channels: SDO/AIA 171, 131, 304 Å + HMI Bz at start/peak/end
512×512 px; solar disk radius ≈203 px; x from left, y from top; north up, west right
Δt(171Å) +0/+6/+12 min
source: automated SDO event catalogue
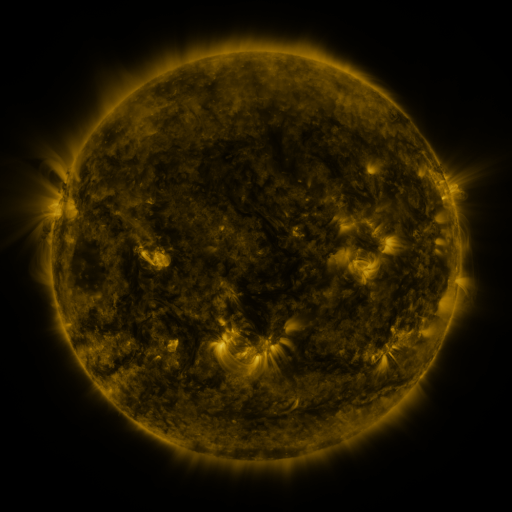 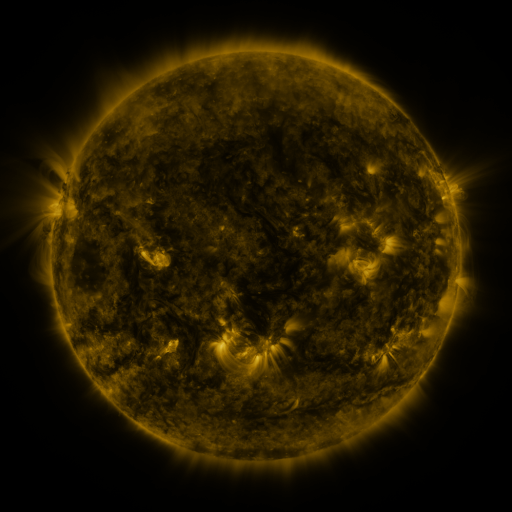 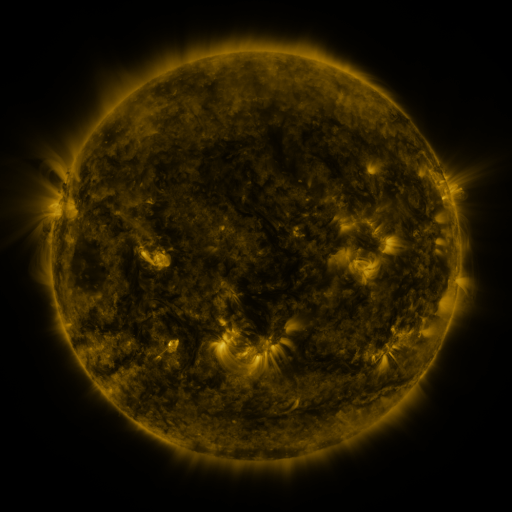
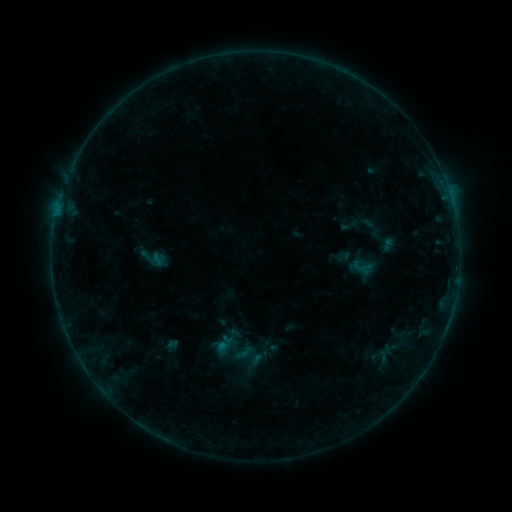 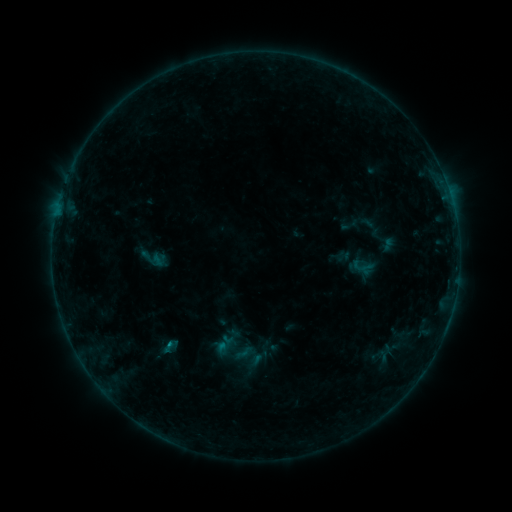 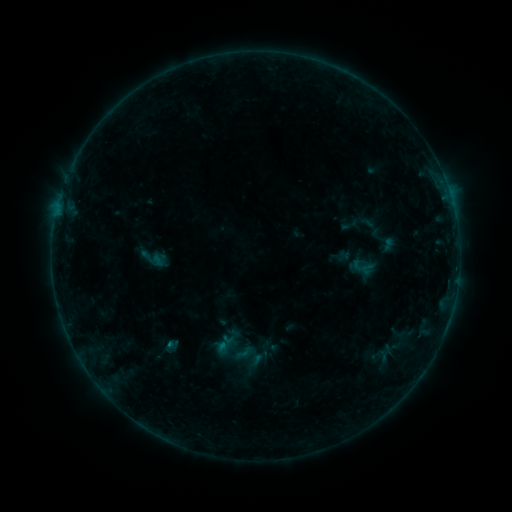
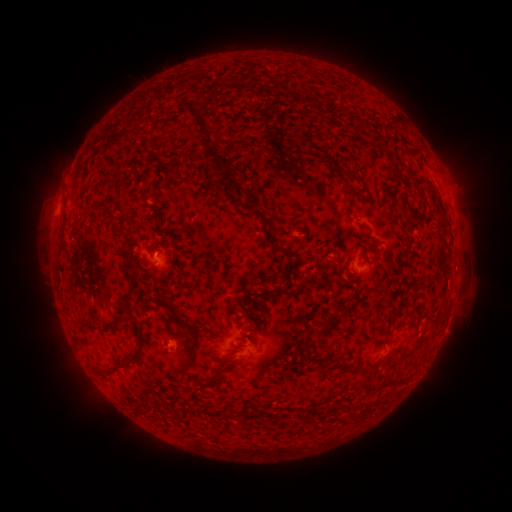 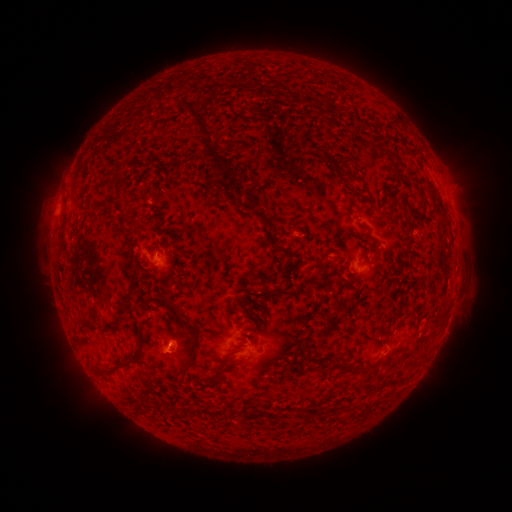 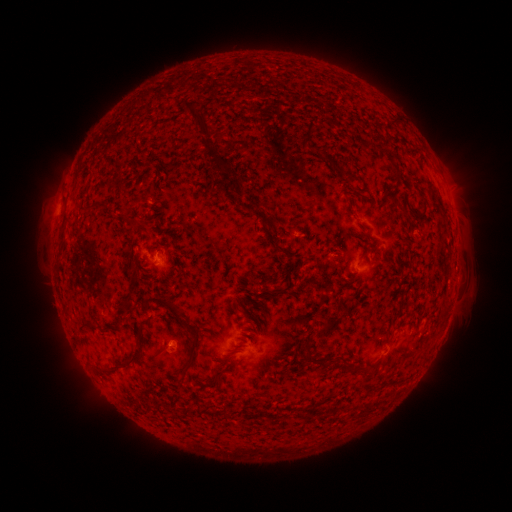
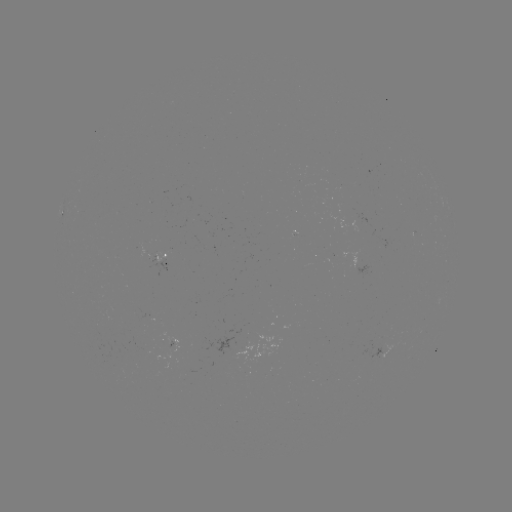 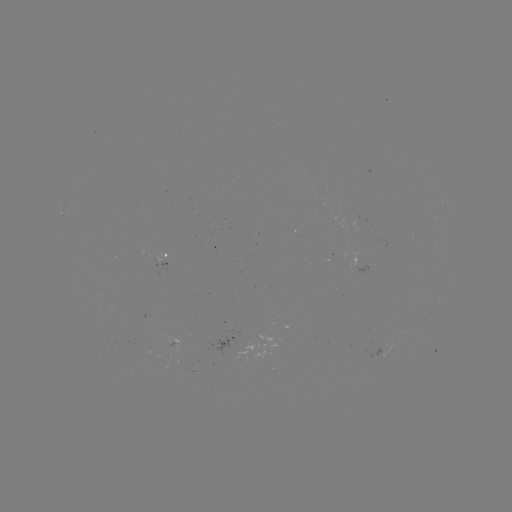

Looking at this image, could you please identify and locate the B2.8 flare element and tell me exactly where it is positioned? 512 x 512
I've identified B2.8 flare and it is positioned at [171, 343].